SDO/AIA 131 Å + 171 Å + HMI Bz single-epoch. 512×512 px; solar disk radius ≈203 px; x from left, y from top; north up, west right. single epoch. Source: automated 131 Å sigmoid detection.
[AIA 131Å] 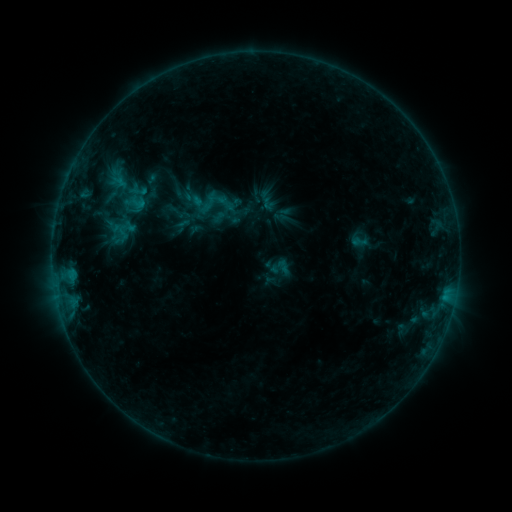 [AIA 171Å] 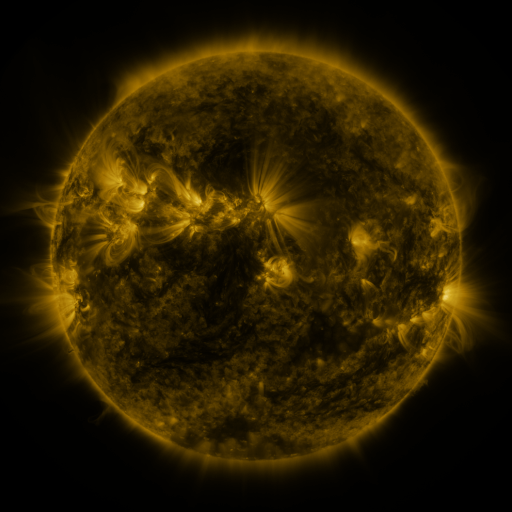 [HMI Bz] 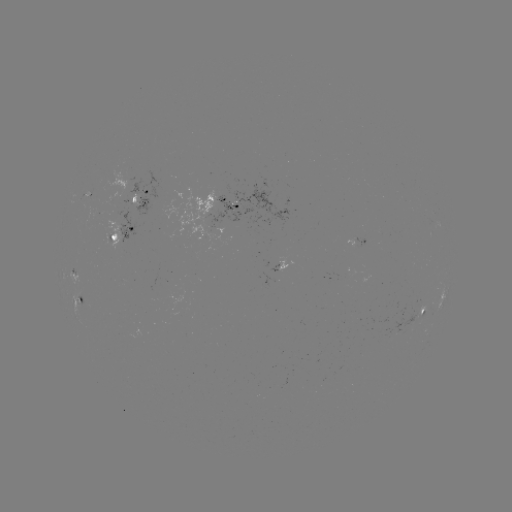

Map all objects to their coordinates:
sigmoid: [189, 186, 221, 218]
sigmoid: [268, 257, 288, 277]
